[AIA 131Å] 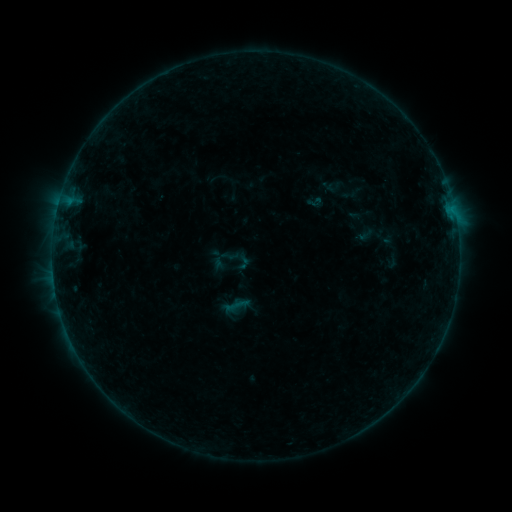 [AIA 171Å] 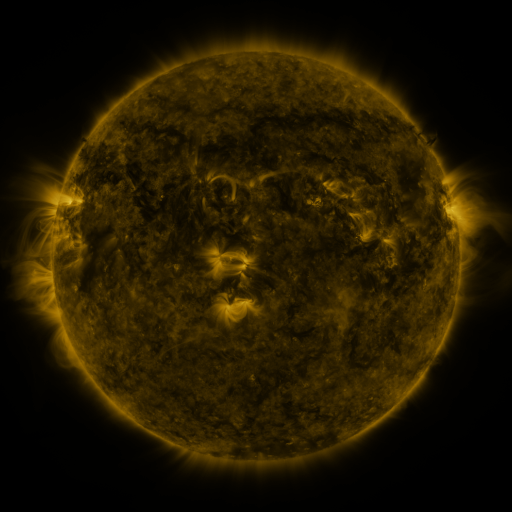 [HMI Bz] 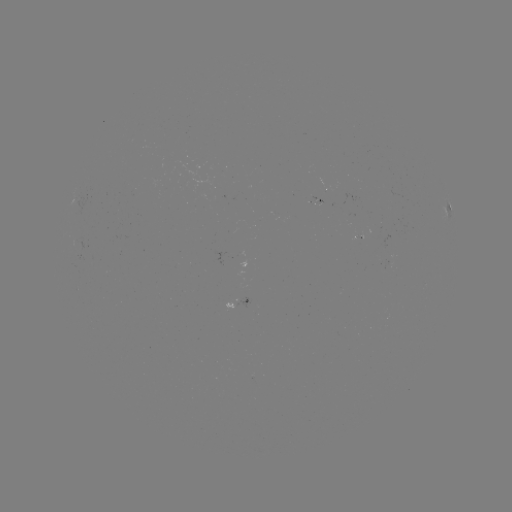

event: sigmoid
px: (236, 306)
